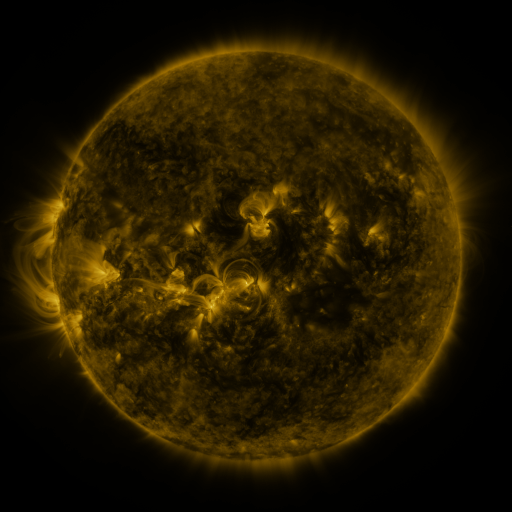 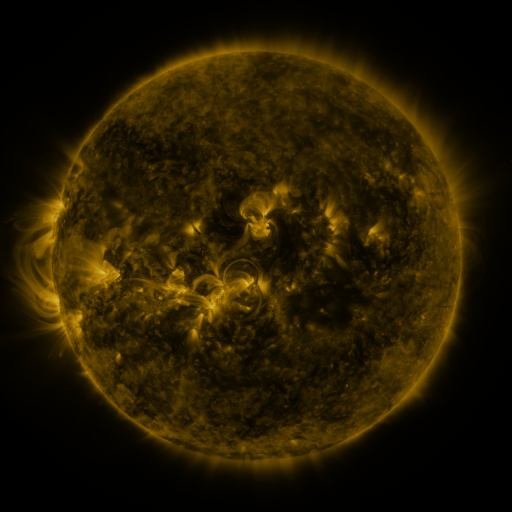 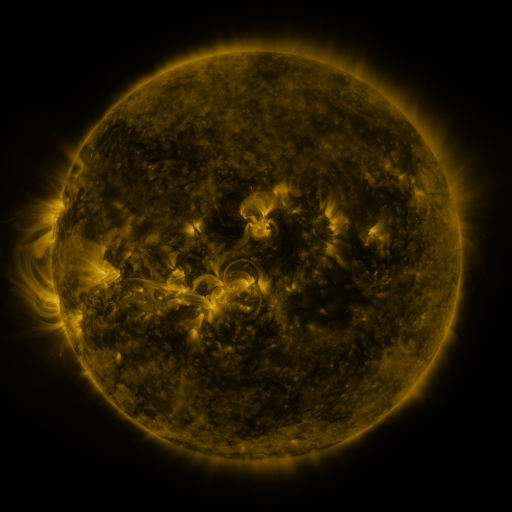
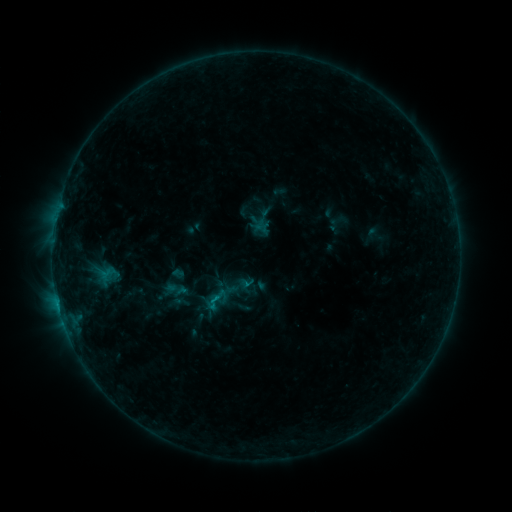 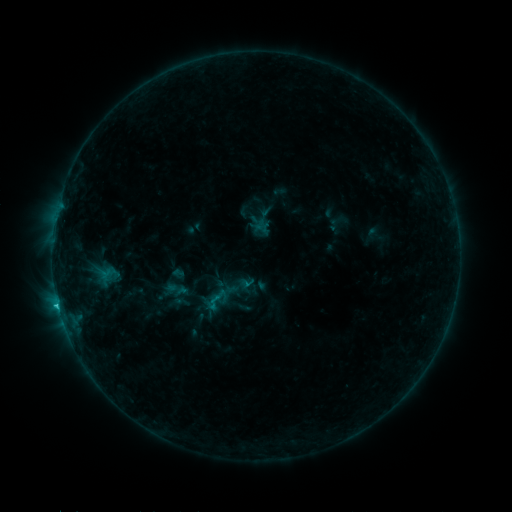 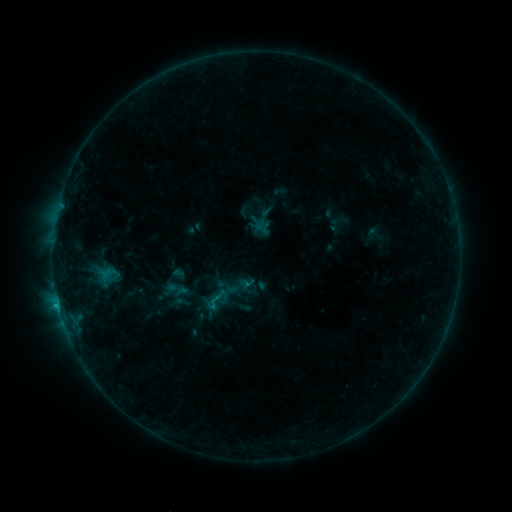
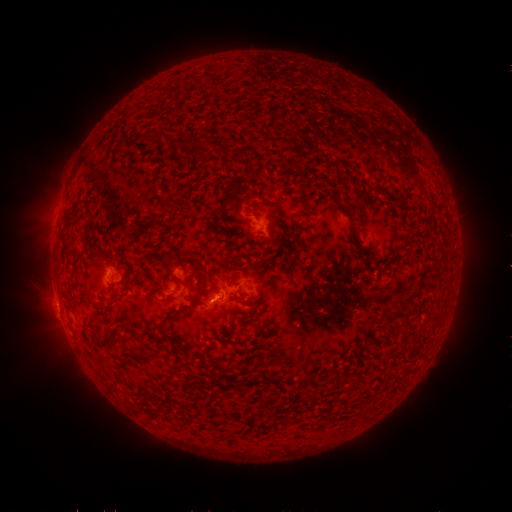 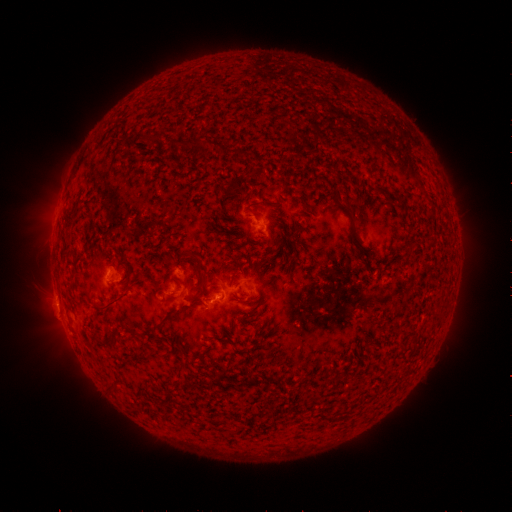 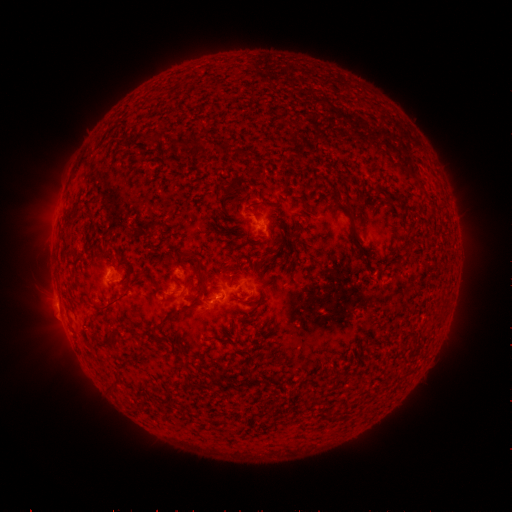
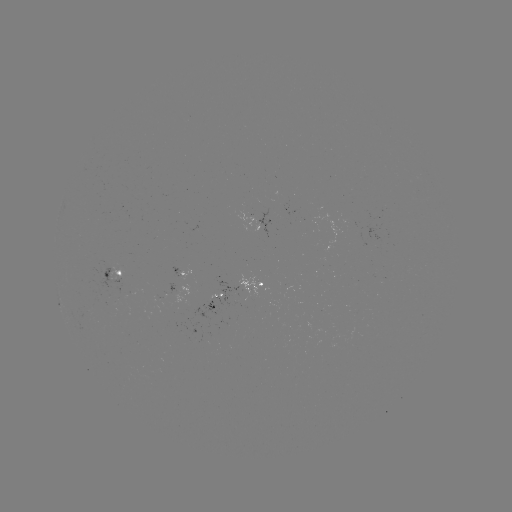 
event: flare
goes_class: B8.3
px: (59, 305)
